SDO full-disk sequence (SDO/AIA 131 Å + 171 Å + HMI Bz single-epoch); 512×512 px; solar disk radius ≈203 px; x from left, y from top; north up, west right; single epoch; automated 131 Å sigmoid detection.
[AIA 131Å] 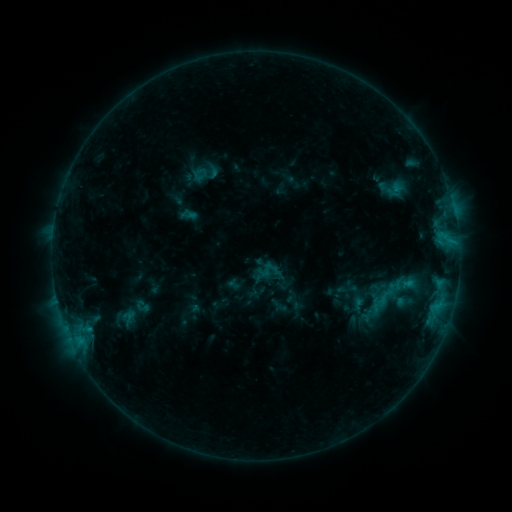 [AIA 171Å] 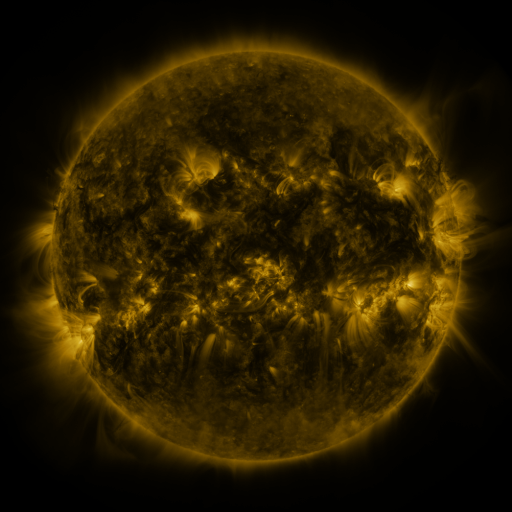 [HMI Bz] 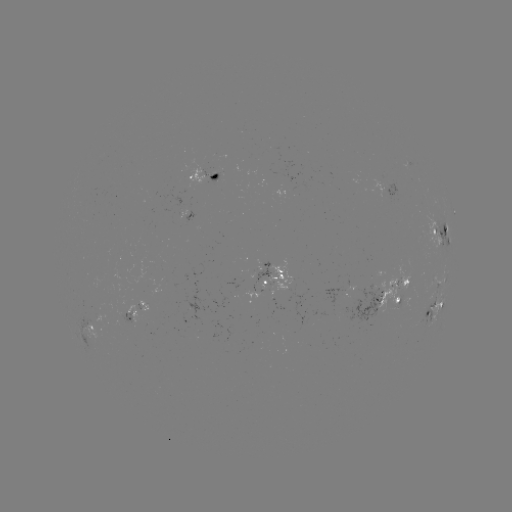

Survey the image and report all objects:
sigmoid: (267, 269)
sigmoid: (403, 283)
